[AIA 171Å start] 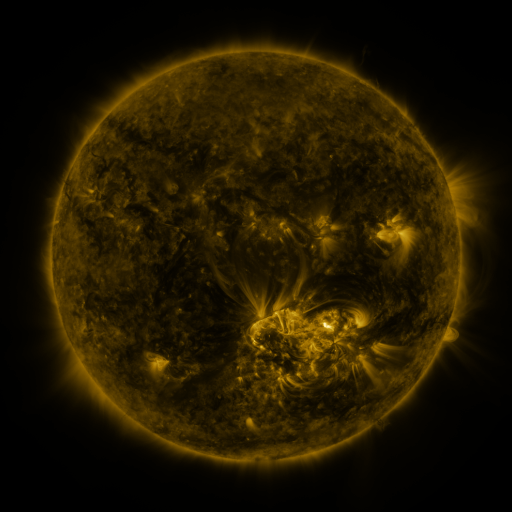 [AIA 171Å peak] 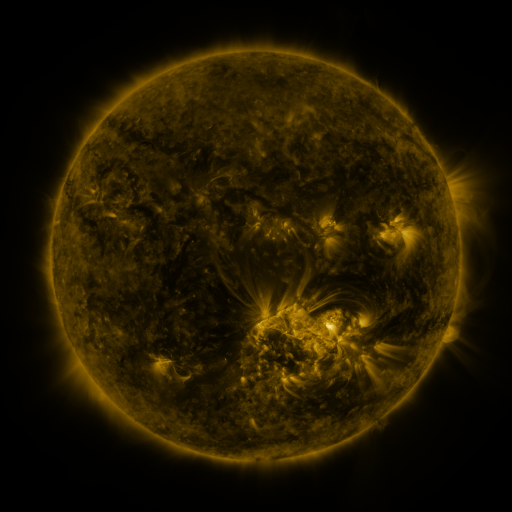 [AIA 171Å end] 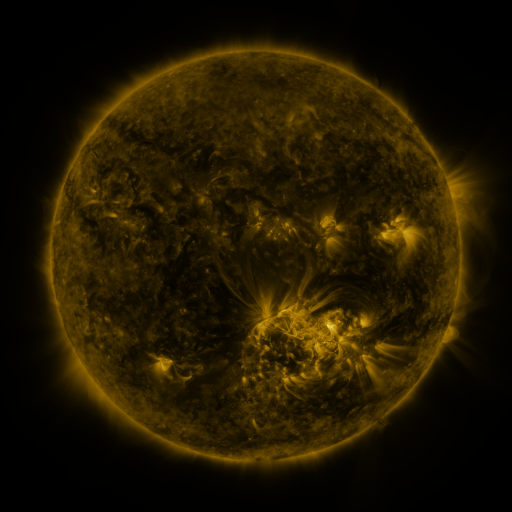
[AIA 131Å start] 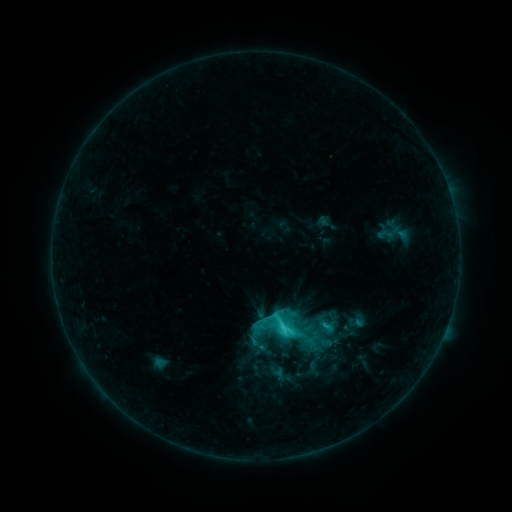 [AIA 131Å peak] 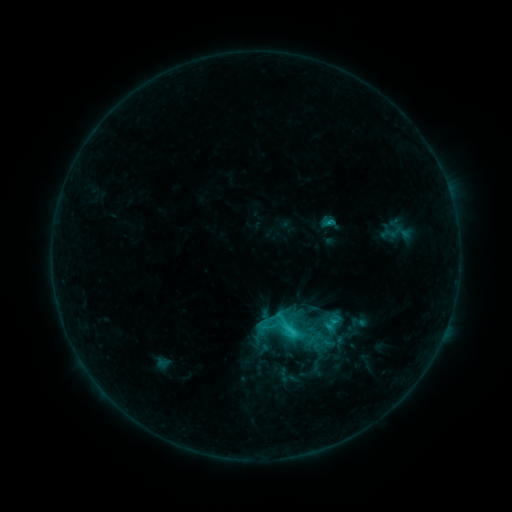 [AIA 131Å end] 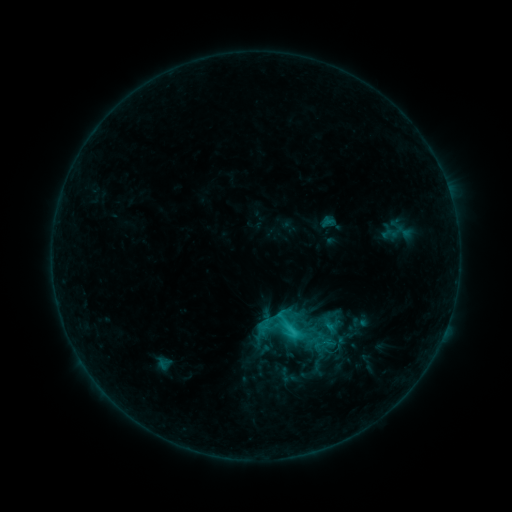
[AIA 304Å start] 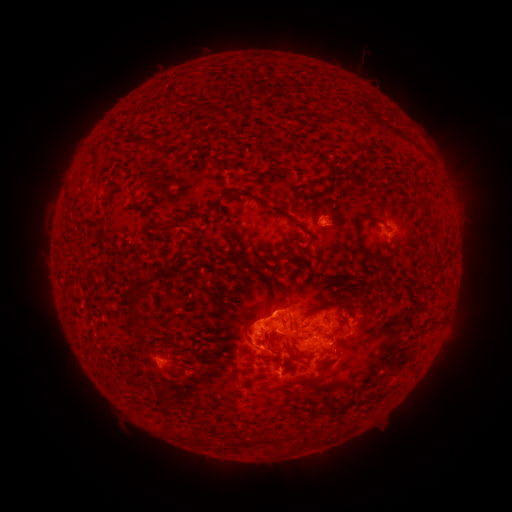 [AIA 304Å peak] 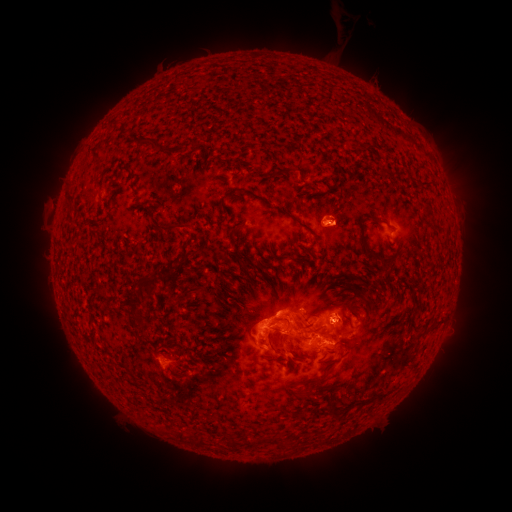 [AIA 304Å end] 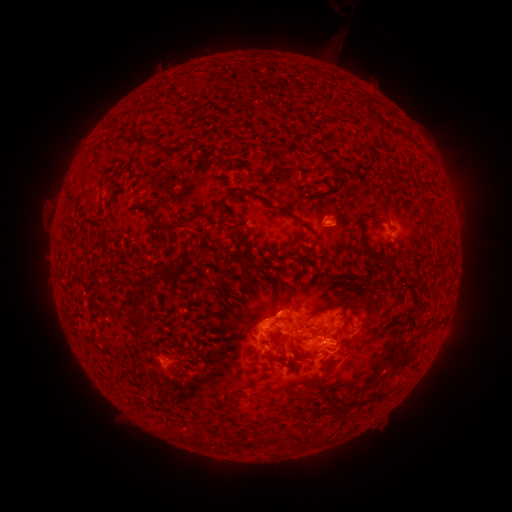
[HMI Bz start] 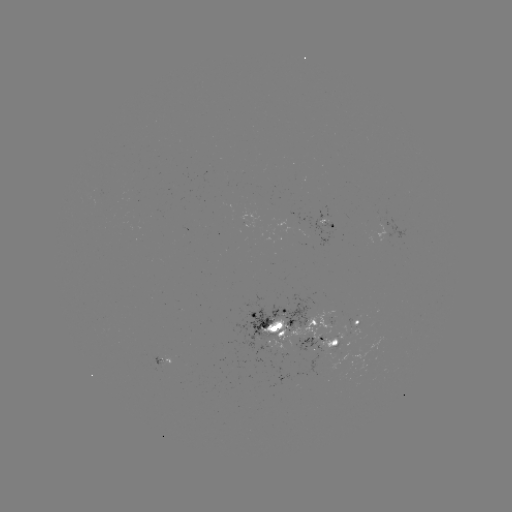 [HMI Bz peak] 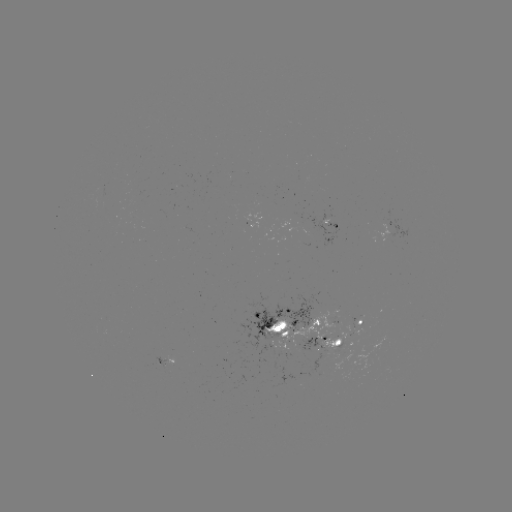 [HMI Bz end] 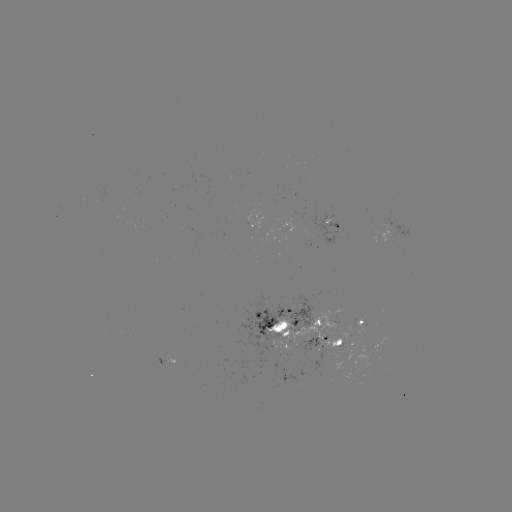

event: emerging-flux region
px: (159, 362)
